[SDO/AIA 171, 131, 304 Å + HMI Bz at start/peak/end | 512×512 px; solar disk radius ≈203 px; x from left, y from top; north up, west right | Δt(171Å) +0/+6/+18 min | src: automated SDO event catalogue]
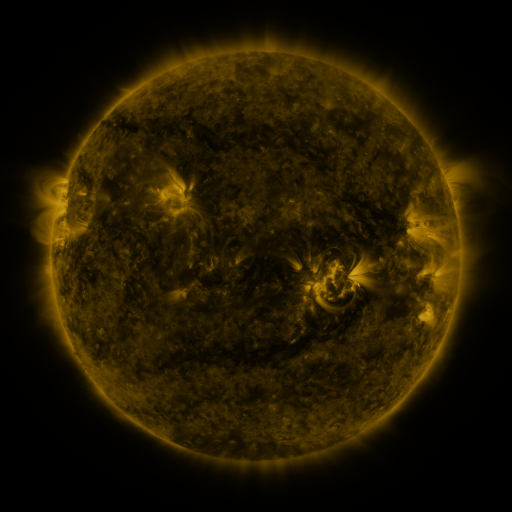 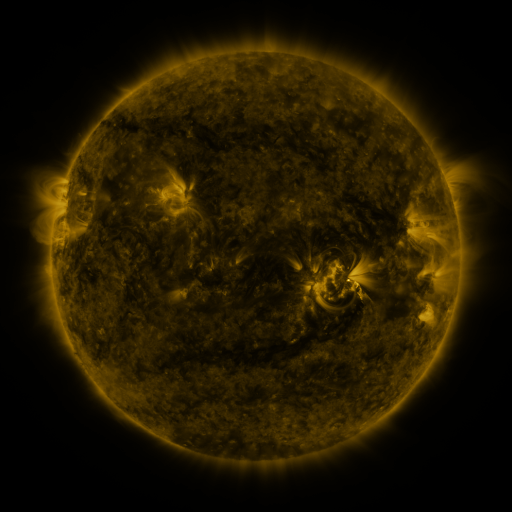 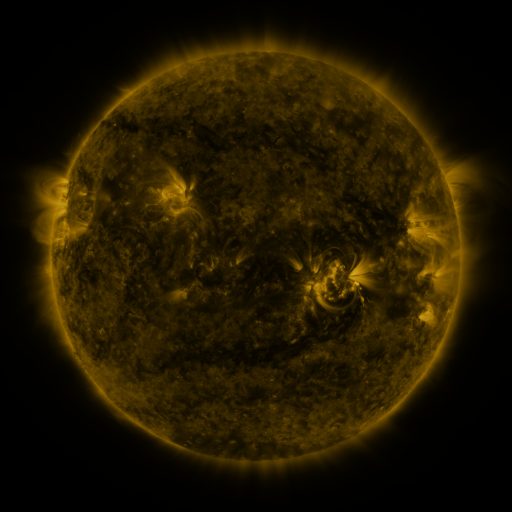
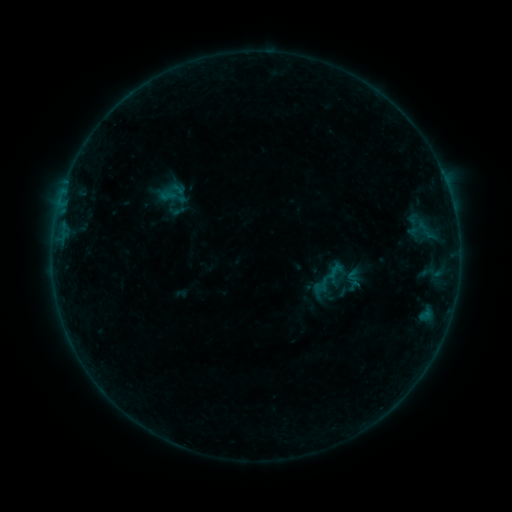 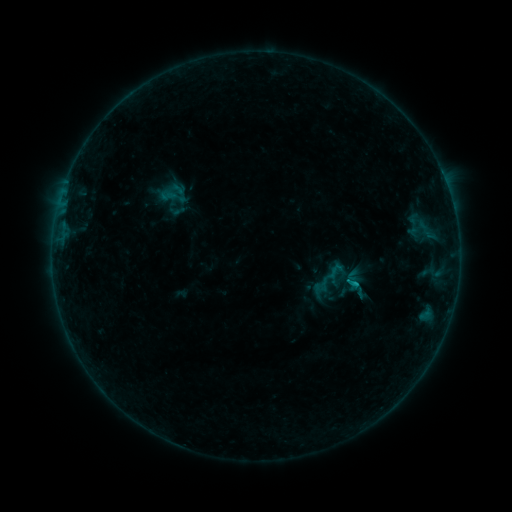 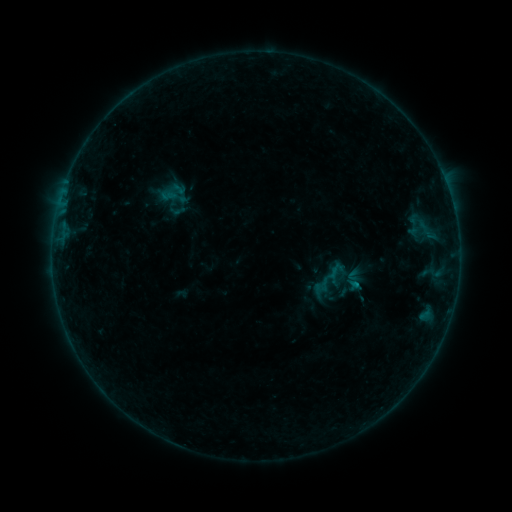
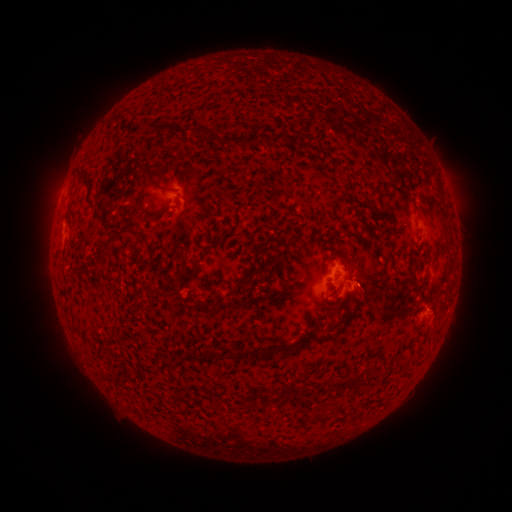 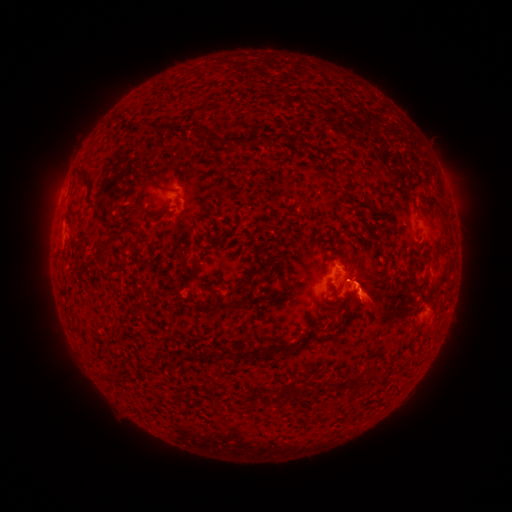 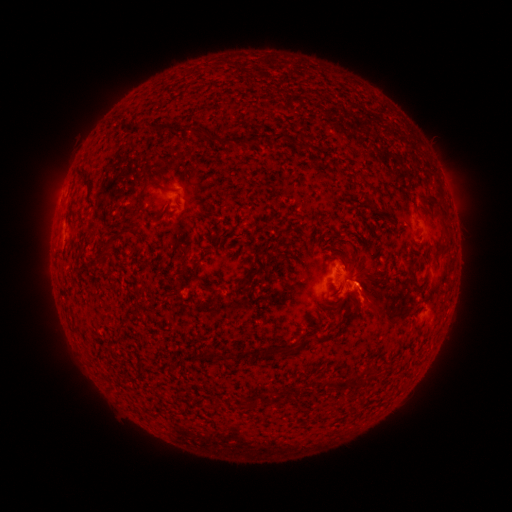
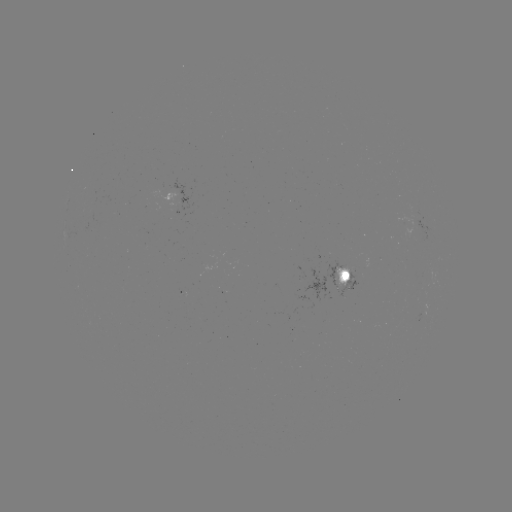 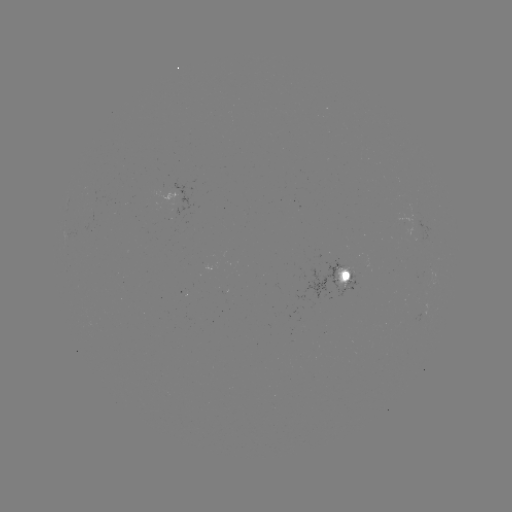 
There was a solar flare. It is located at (353, 282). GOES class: B5.9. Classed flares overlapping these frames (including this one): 1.